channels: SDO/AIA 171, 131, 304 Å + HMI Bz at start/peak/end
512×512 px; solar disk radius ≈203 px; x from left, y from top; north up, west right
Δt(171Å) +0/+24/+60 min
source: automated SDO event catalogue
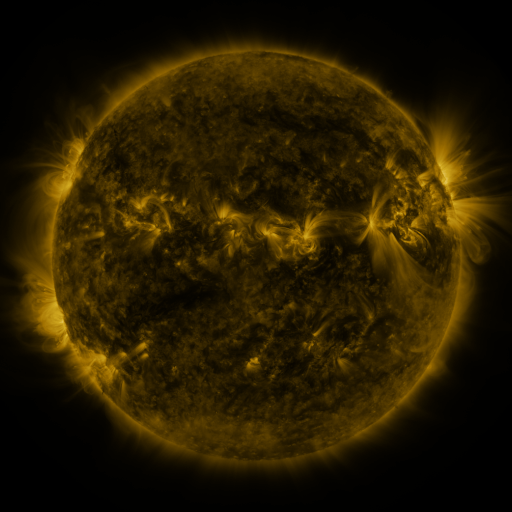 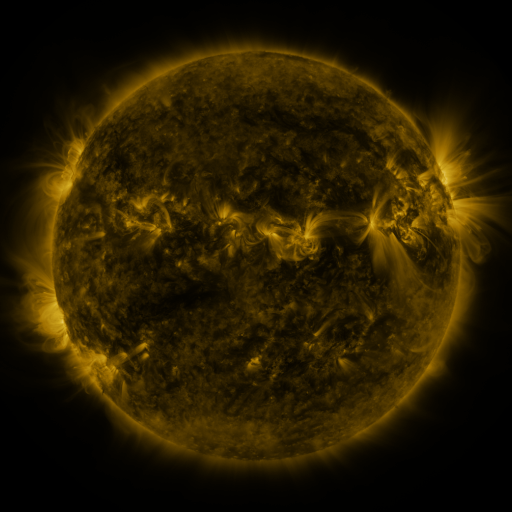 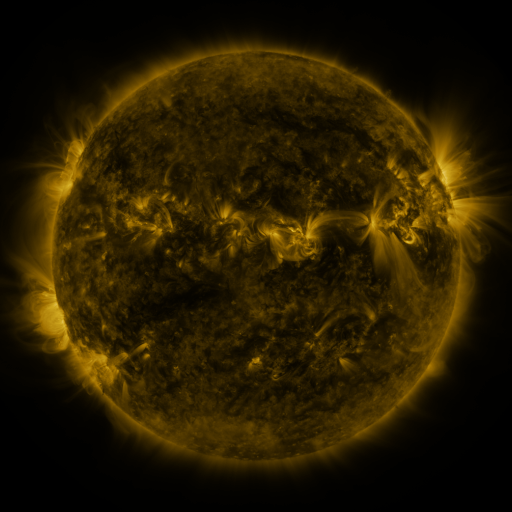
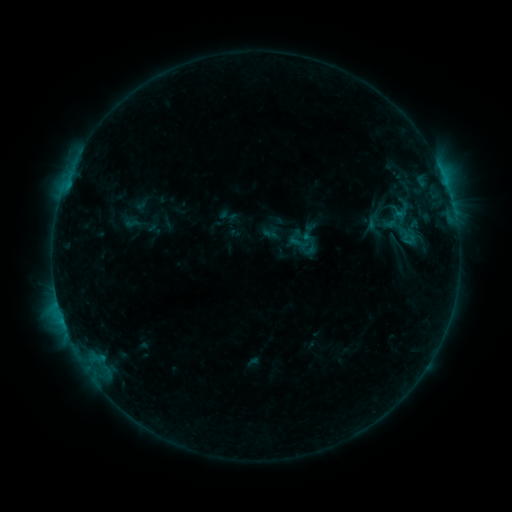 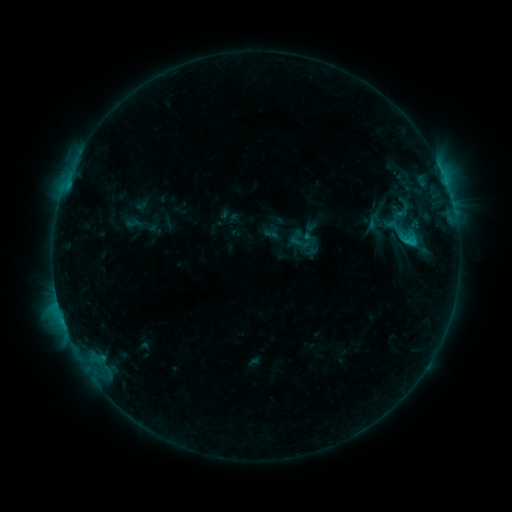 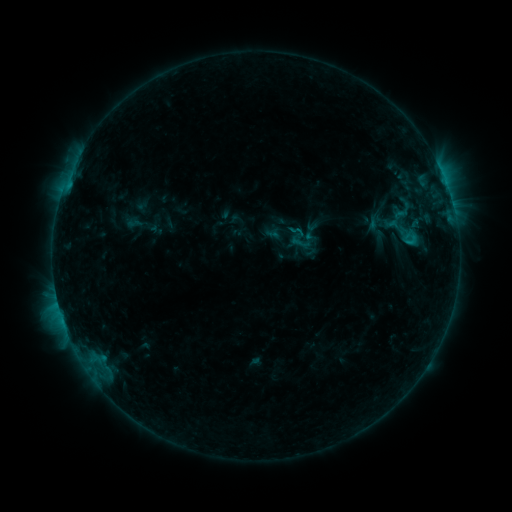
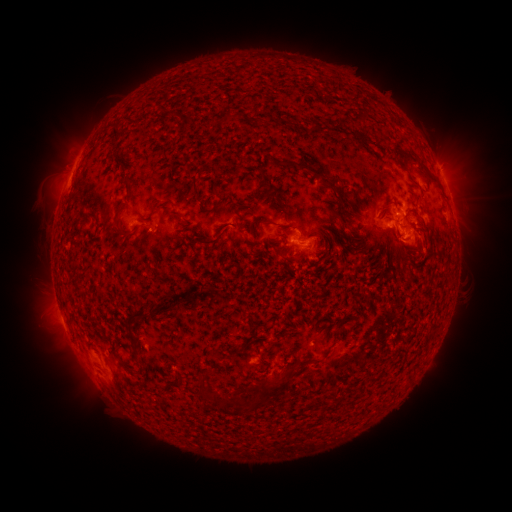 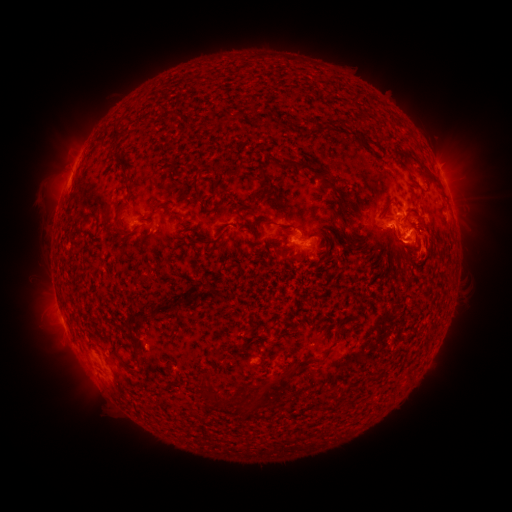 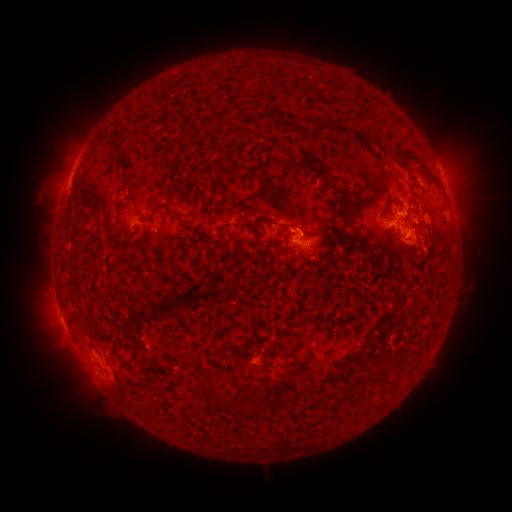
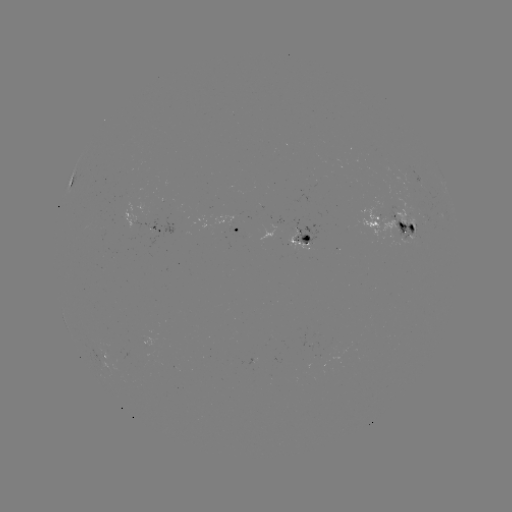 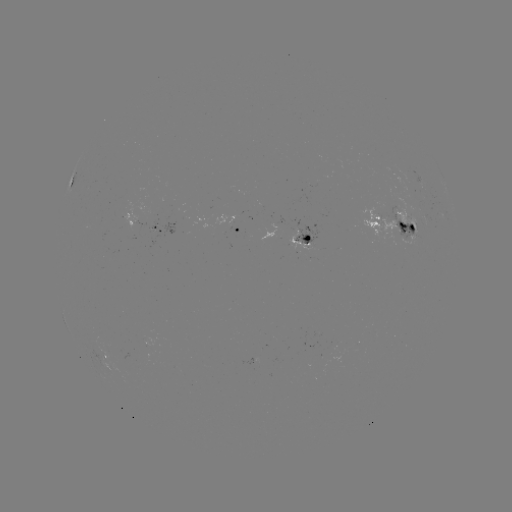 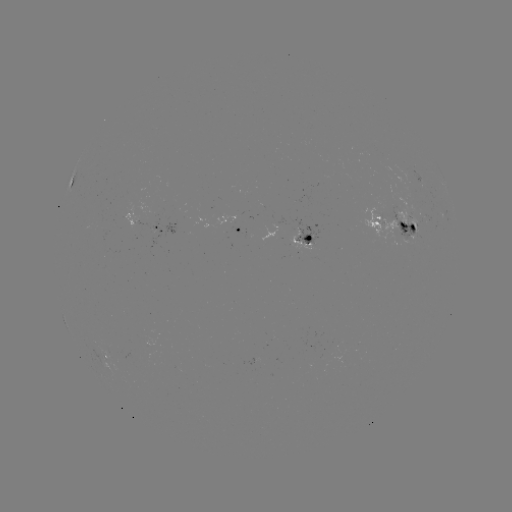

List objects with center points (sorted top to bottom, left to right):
C1.6 flare: (410, 242)
